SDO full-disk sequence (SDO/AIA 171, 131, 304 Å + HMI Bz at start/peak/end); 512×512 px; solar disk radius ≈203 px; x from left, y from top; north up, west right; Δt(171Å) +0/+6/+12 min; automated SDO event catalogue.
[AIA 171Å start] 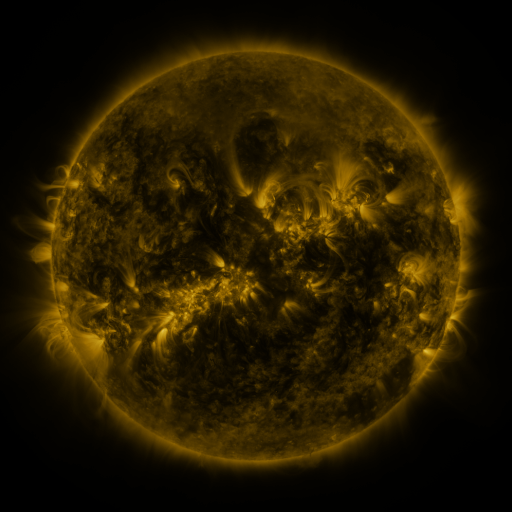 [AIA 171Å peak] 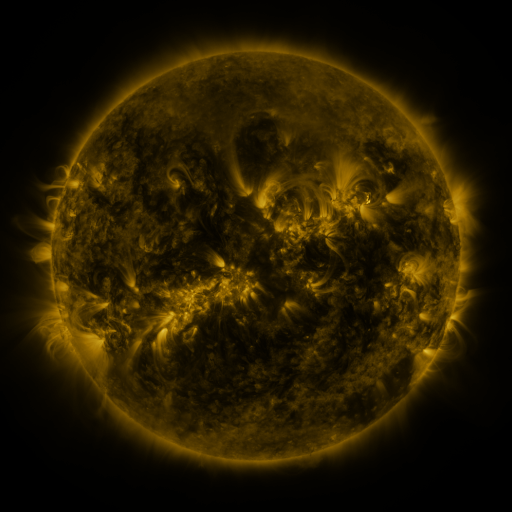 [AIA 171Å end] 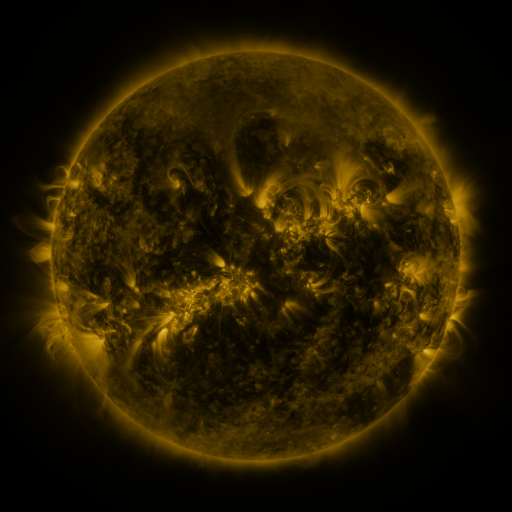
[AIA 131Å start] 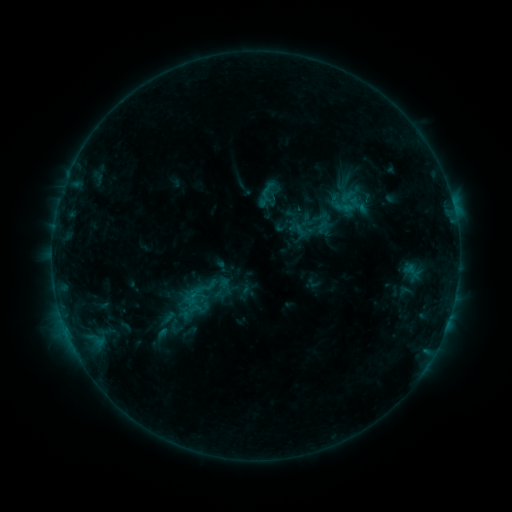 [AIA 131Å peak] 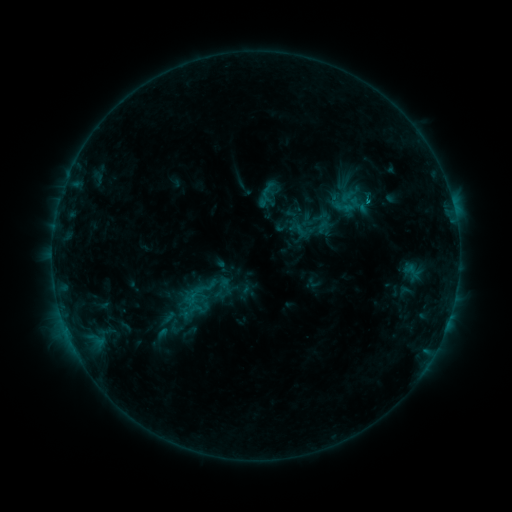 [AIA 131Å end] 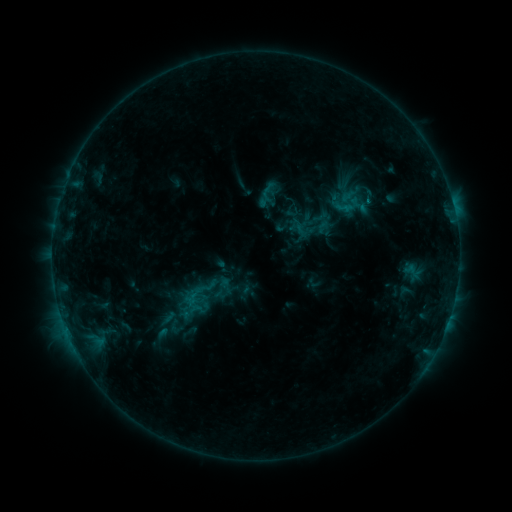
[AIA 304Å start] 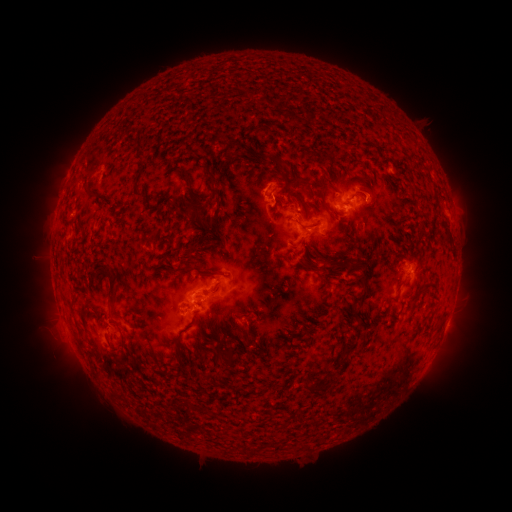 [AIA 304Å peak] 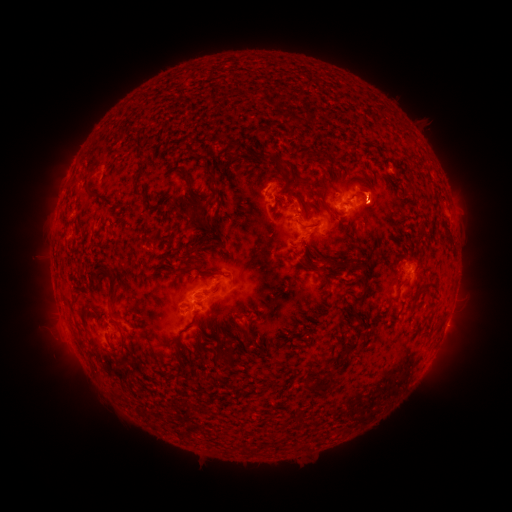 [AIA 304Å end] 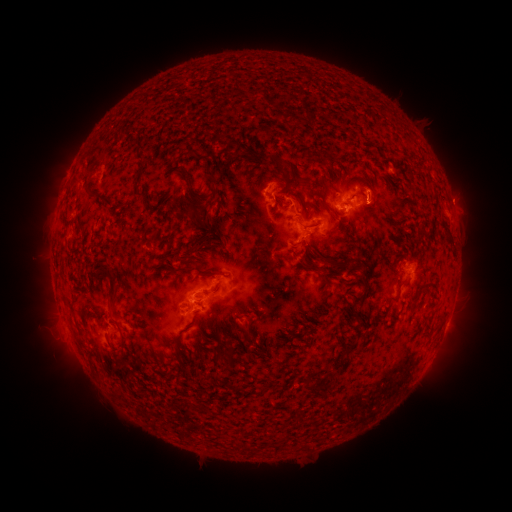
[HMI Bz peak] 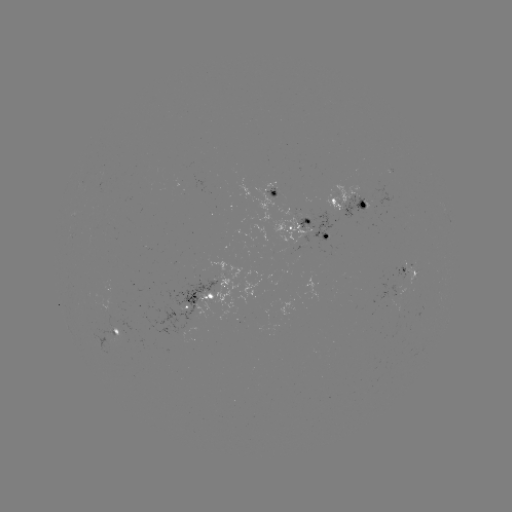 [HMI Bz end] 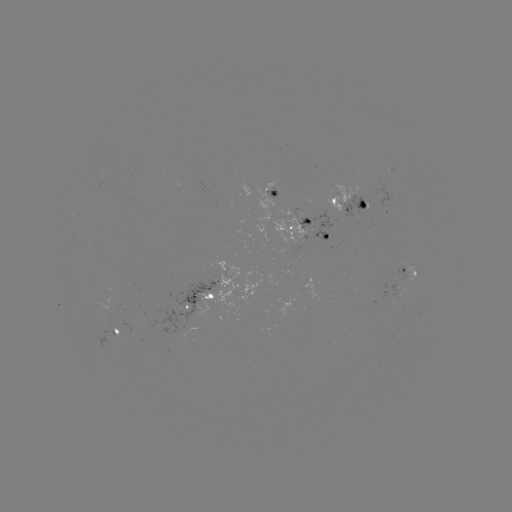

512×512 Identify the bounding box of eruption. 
[355, 163, 402, 231].